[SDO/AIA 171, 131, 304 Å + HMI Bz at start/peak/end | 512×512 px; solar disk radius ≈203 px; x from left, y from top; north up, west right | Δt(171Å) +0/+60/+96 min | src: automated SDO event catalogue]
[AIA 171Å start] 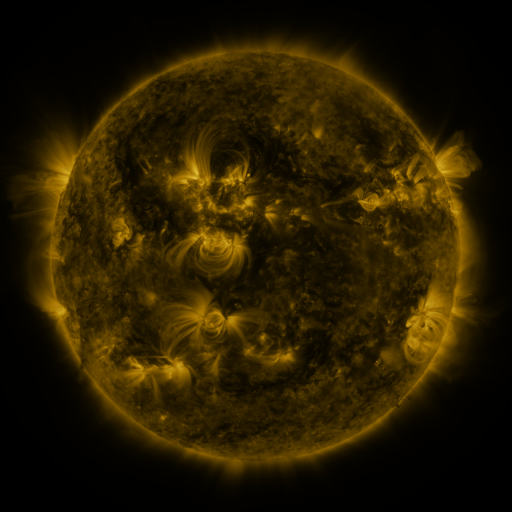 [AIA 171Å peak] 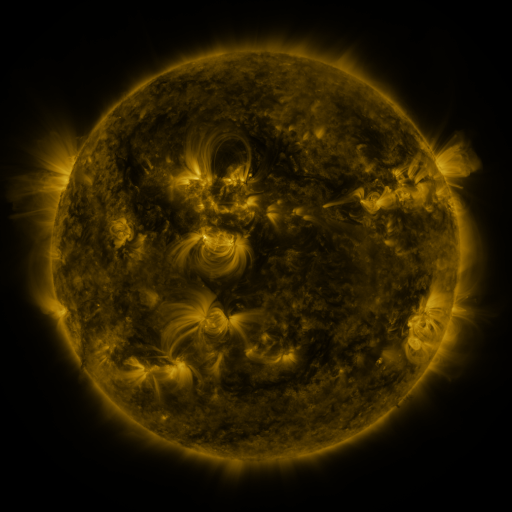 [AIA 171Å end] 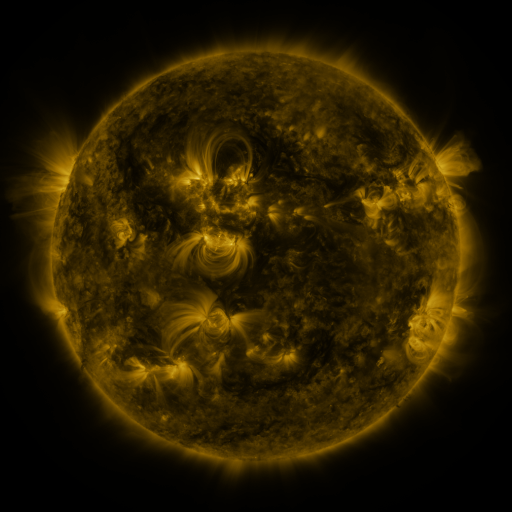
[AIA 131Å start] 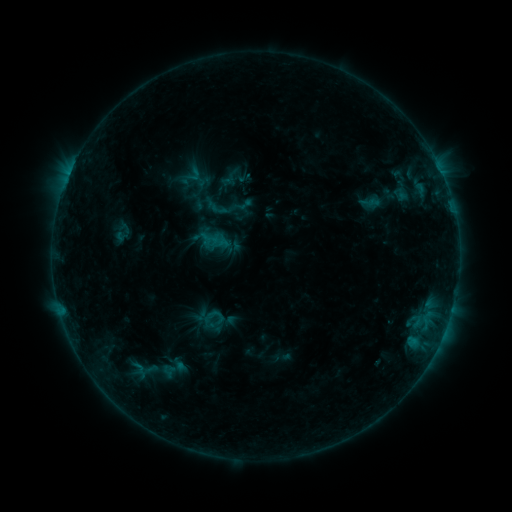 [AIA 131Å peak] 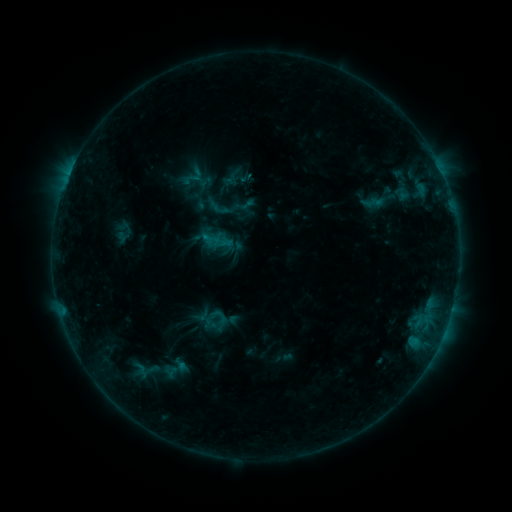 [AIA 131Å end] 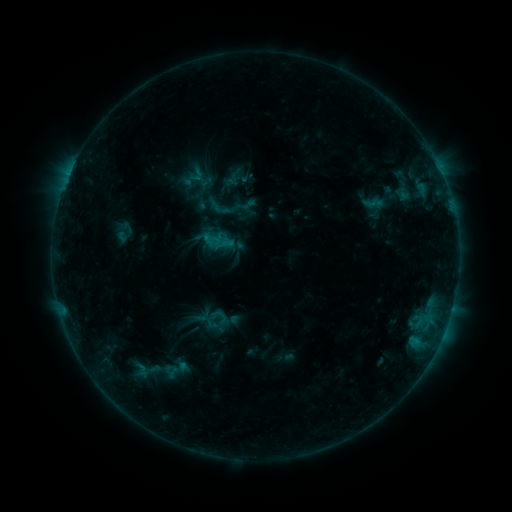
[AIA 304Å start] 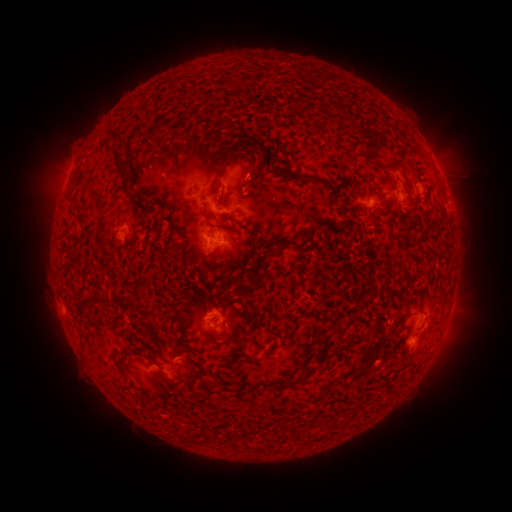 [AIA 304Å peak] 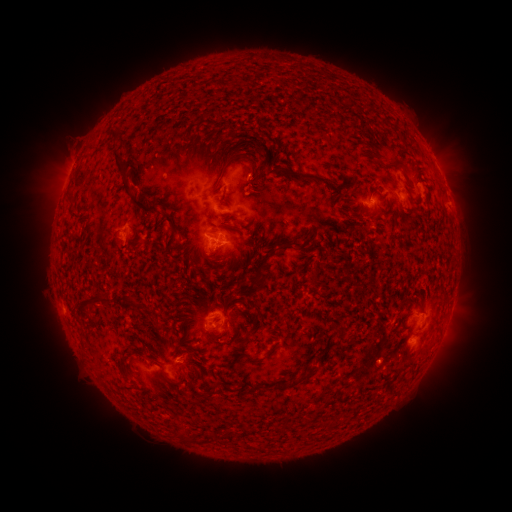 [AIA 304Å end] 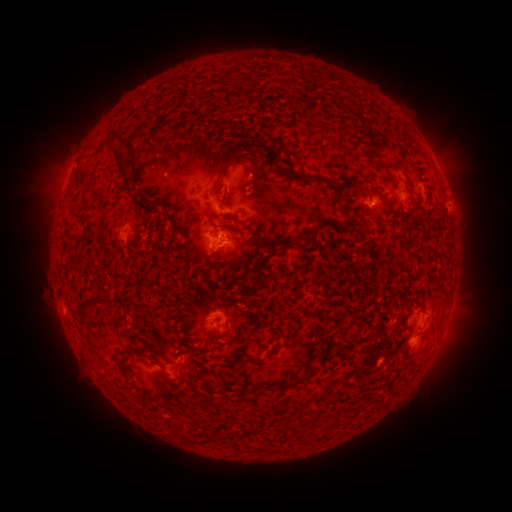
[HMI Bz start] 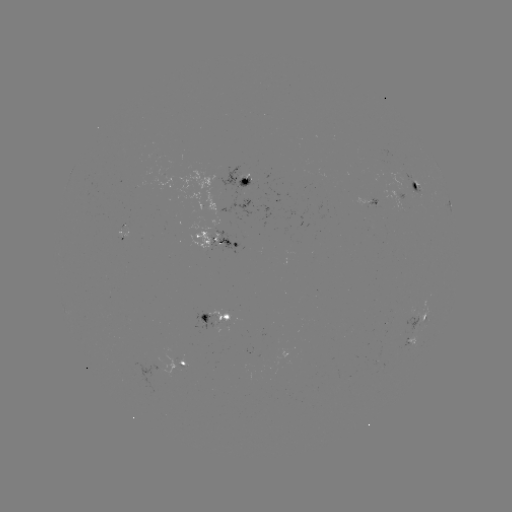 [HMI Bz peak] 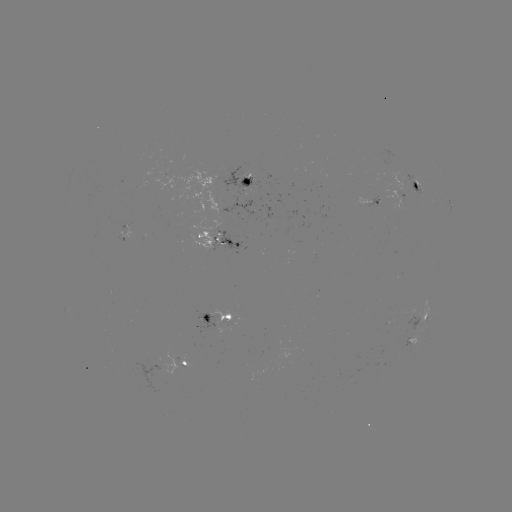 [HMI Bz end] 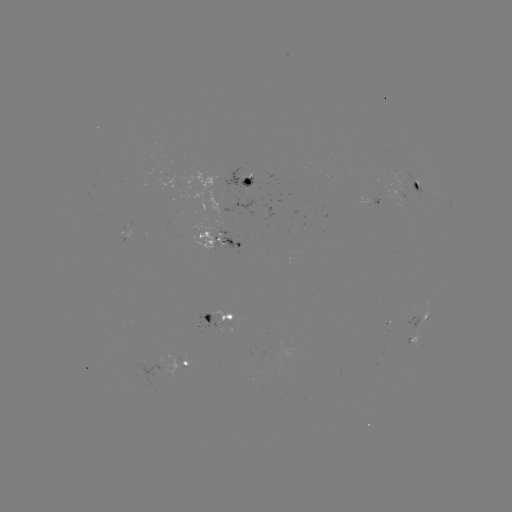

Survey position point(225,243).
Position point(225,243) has emerging-flux region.